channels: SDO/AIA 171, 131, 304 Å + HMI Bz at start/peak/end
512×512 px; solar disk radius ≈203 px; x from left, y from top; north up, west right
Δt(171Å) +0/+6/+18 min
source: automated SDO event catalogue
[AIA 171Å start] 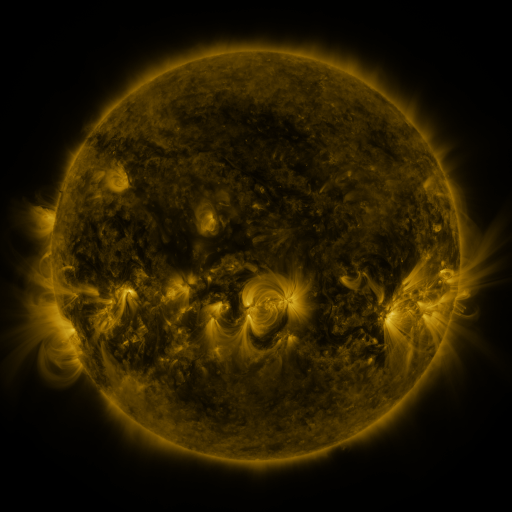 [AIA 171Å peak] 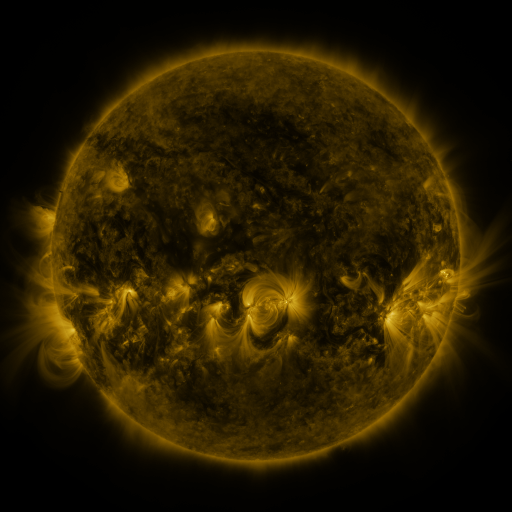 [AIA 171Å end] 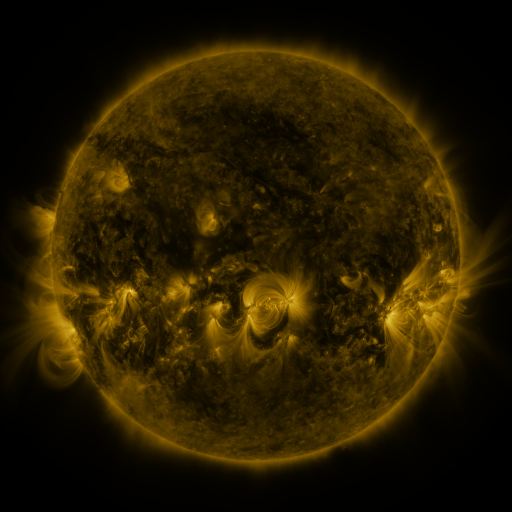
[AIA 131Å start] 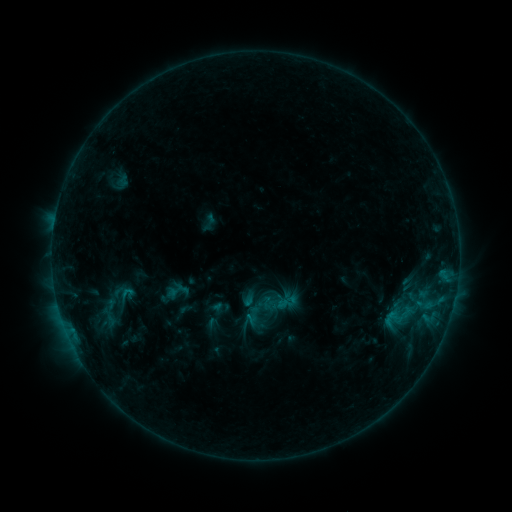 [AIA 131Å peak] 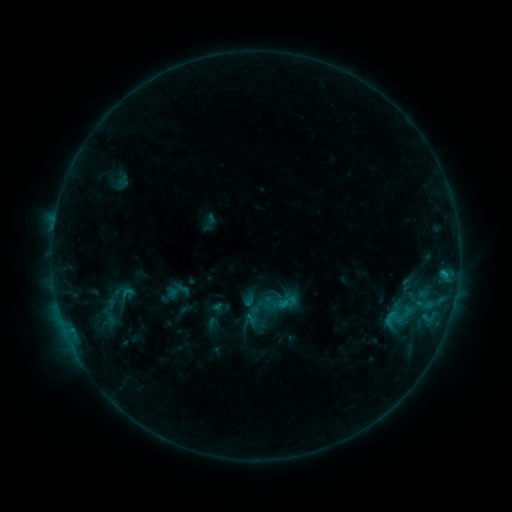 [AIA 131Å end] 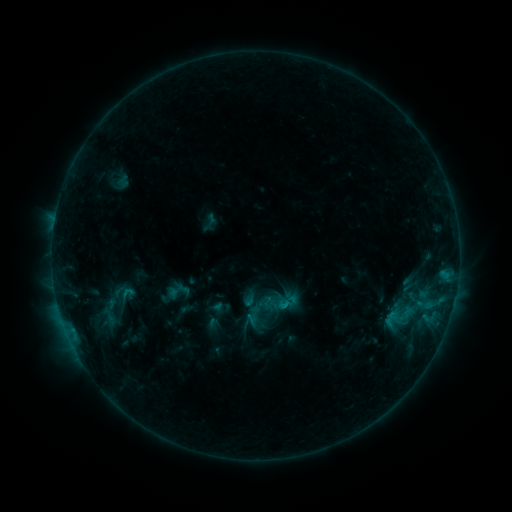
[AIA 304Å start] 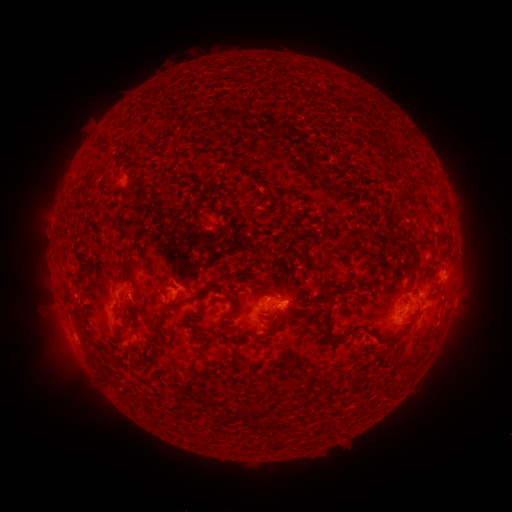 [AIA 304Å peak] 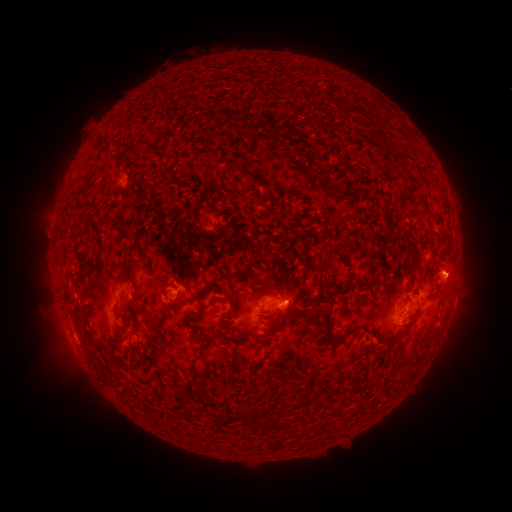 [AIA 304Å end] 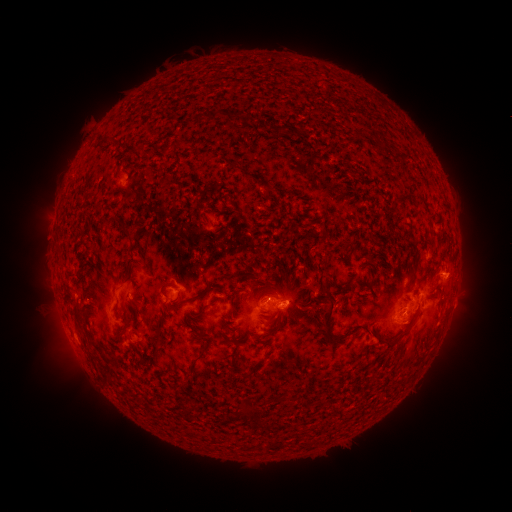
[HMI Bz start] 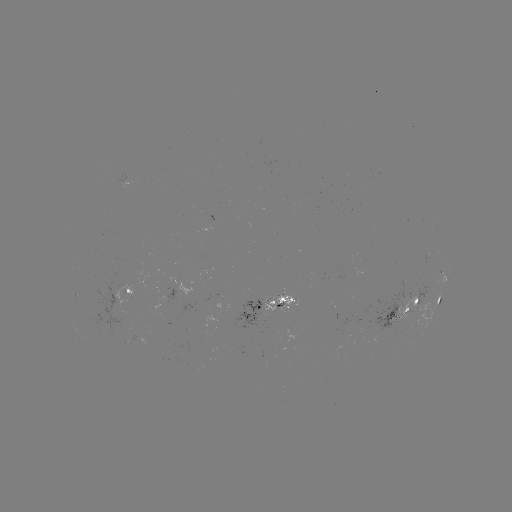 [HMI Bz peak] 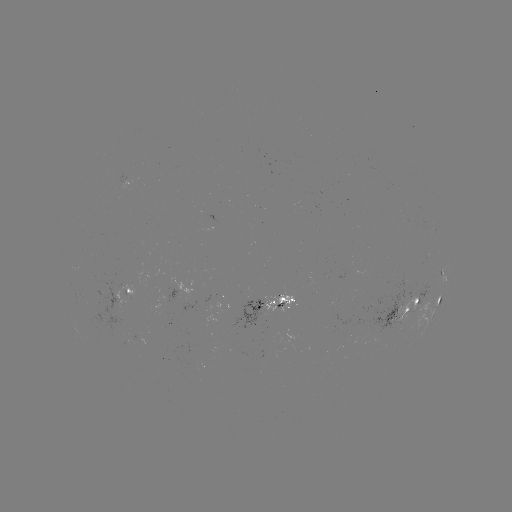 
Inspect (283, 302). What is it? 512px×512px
C1.1 flare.